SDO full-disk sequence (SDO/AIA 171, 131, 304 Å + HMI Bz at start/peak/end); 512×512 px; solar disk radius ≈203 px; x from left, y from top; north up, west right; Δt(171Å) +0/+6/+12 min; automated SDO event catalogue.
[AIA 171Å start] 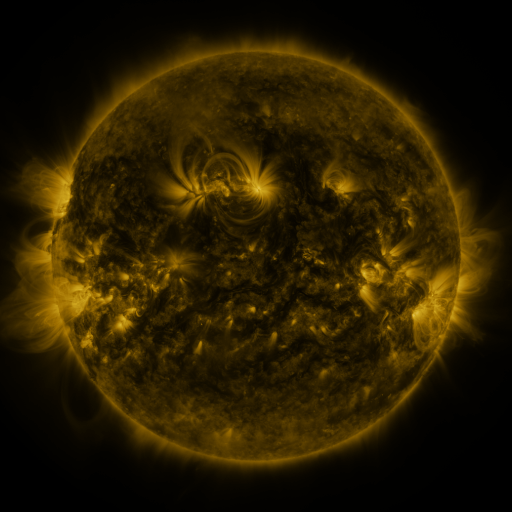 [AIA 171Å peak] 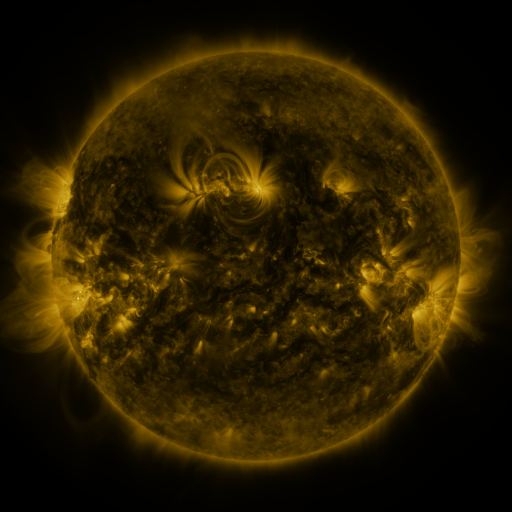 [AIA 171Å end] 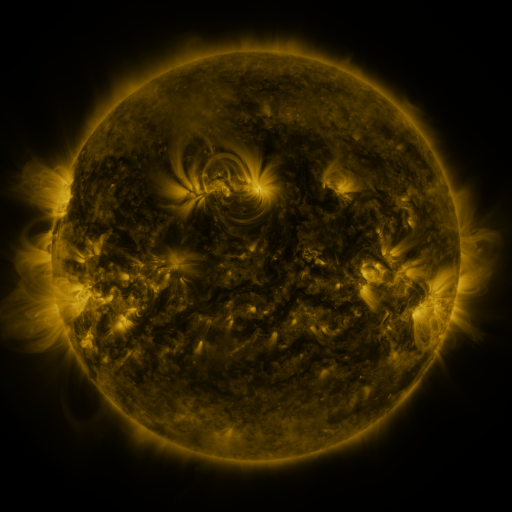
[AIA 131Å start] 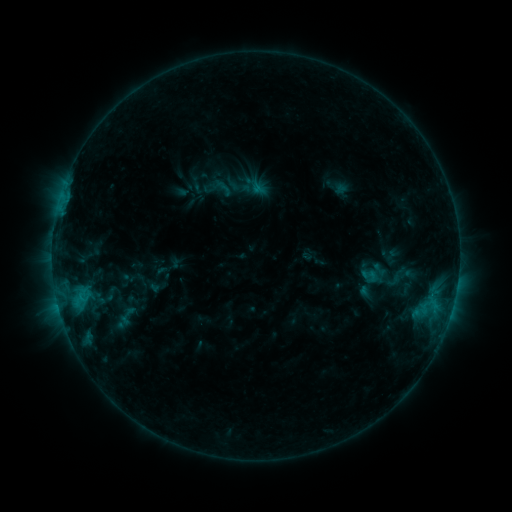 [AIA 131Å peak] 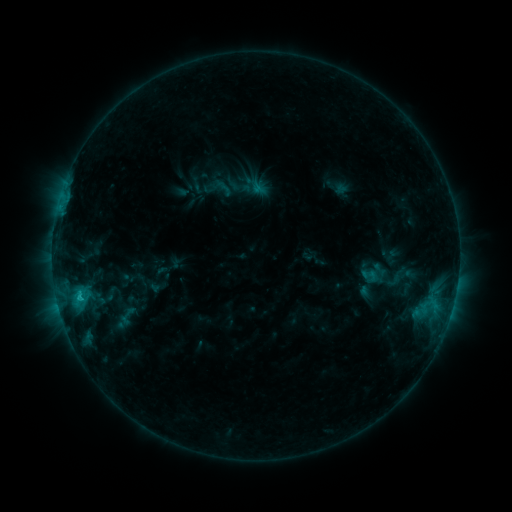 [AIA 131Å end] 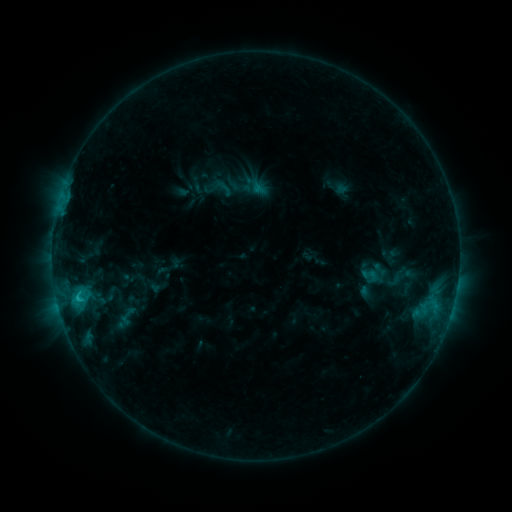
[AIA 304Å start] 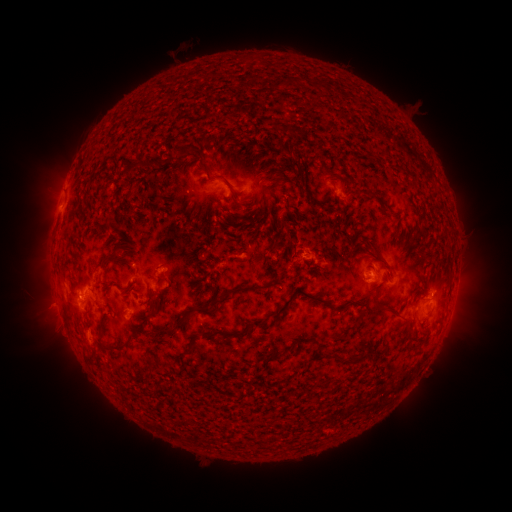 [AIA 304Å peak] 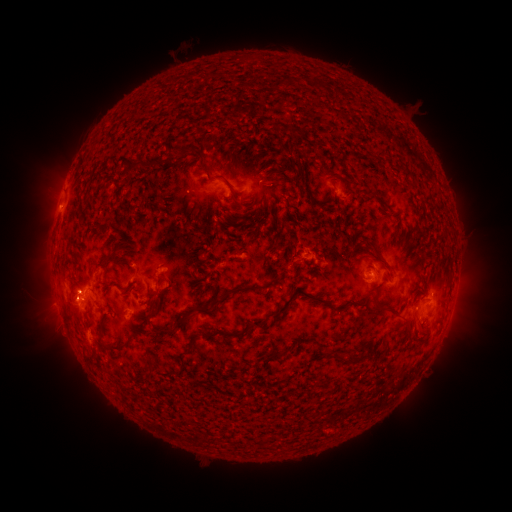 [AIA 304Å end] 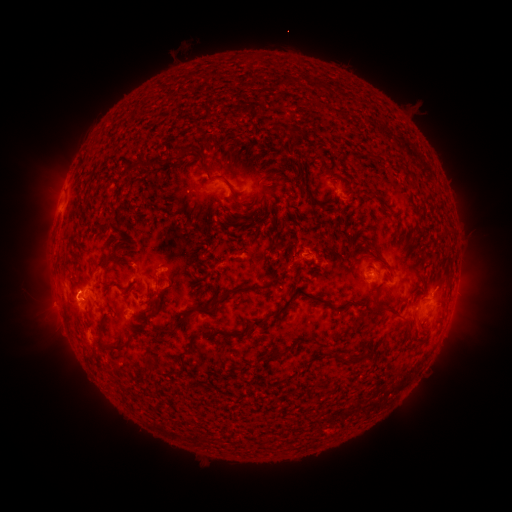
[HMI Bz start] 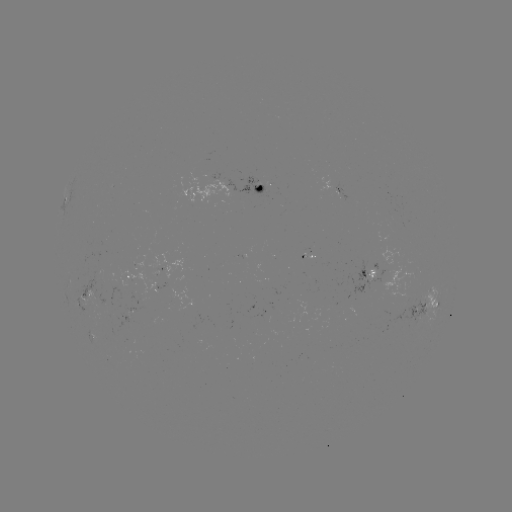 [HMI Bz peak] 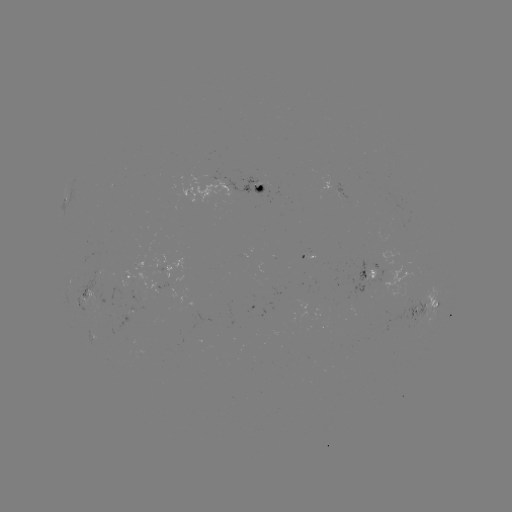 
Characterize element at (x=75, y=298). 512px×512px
eruption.